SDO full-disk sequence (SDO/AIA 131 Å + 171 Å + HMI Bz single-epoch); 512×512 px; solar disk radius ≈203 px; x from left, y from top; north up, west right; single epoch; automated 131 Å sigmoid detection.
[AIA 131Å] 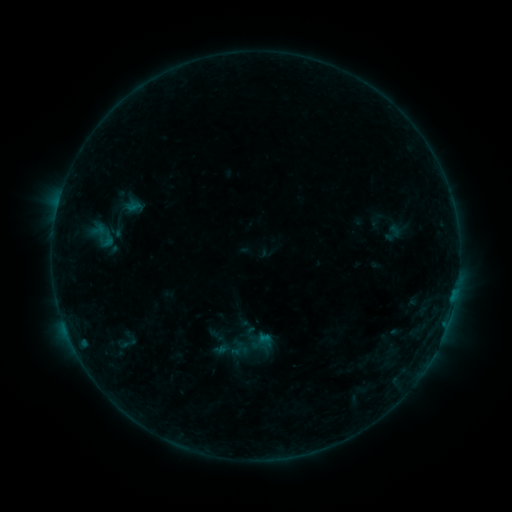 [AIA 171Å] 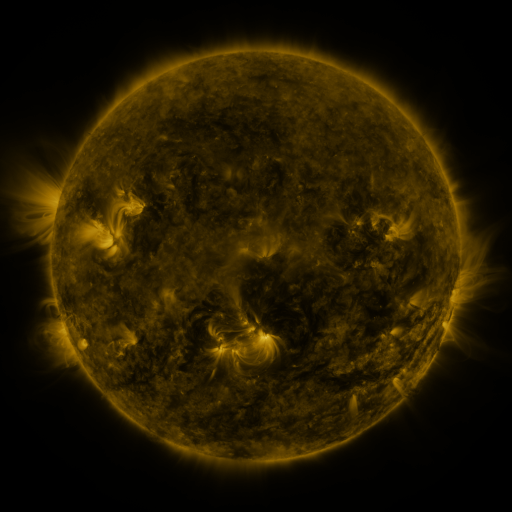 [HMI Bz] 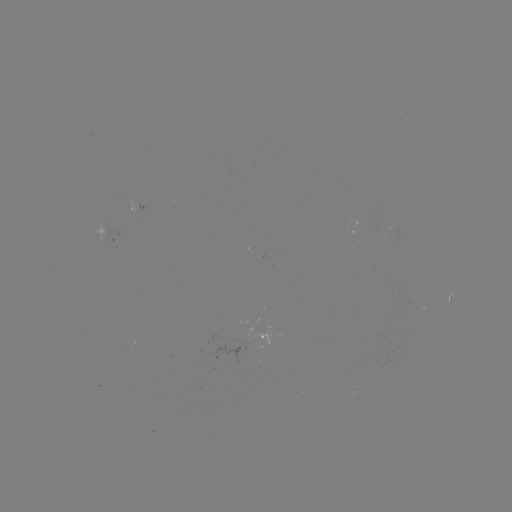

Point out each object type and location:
sigmoid: [91, 221, 117, 250]
sigmoid: [113, 332, 143, 354]
